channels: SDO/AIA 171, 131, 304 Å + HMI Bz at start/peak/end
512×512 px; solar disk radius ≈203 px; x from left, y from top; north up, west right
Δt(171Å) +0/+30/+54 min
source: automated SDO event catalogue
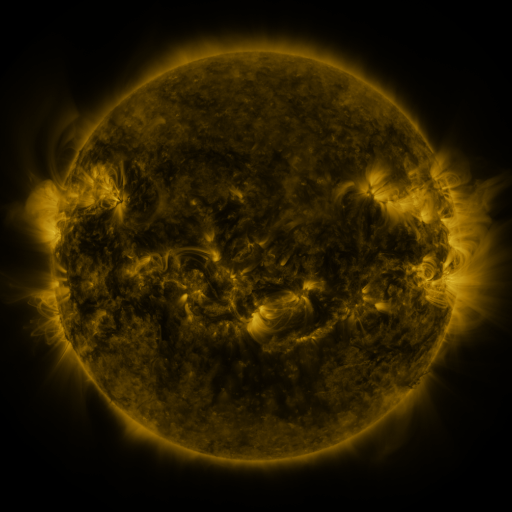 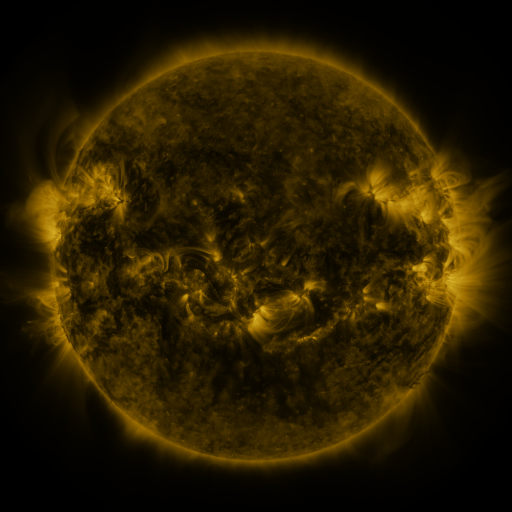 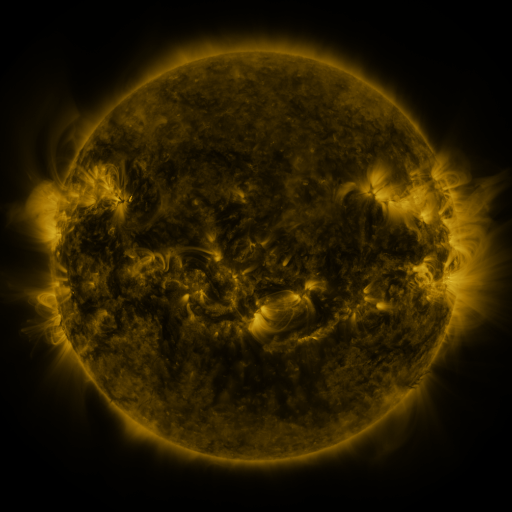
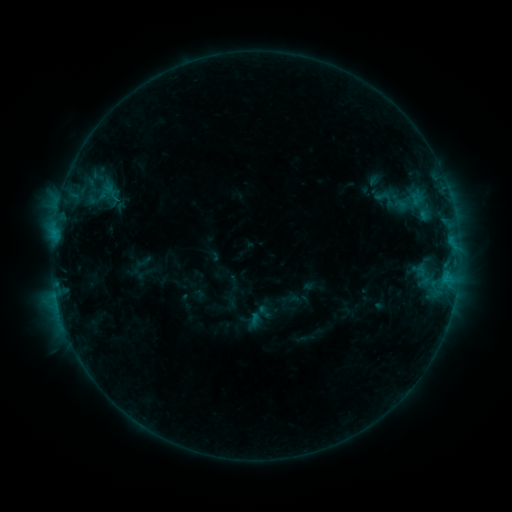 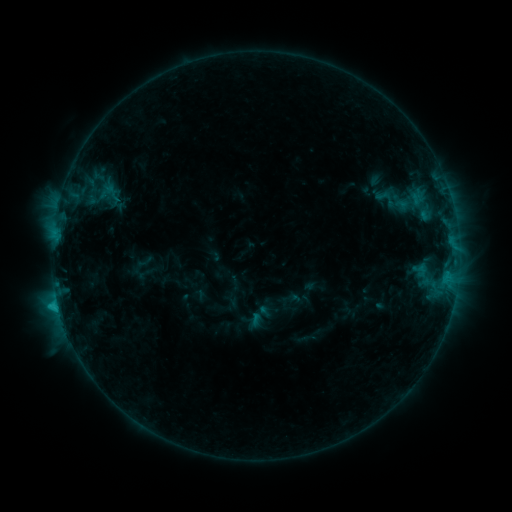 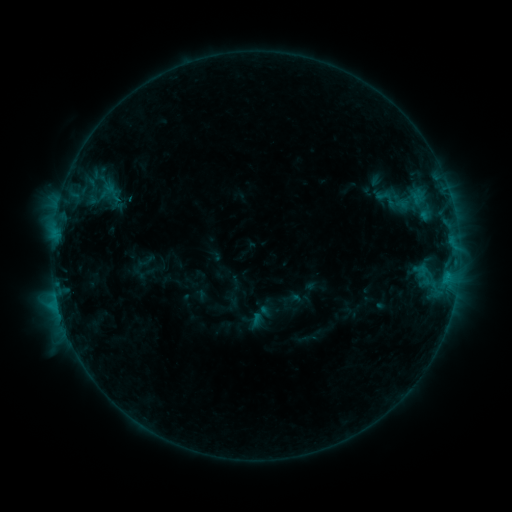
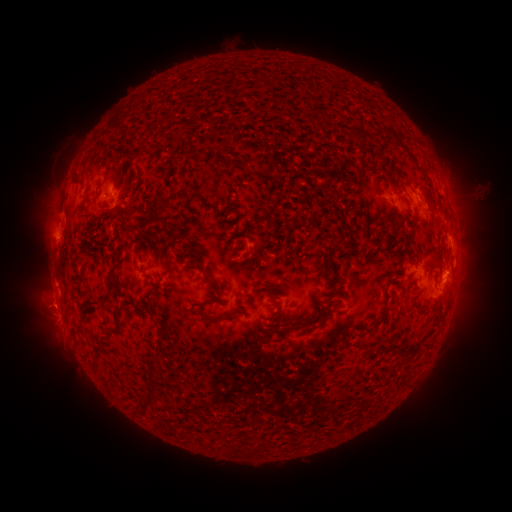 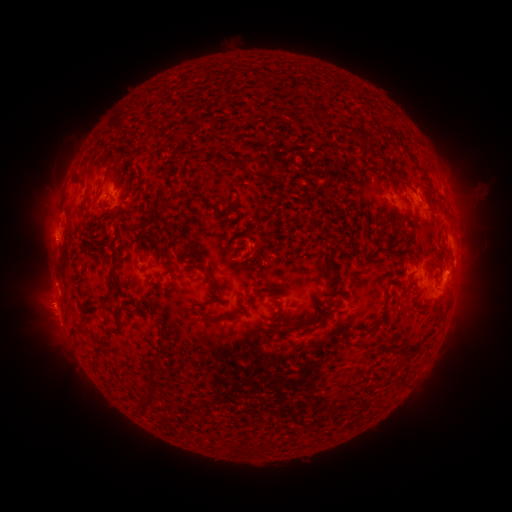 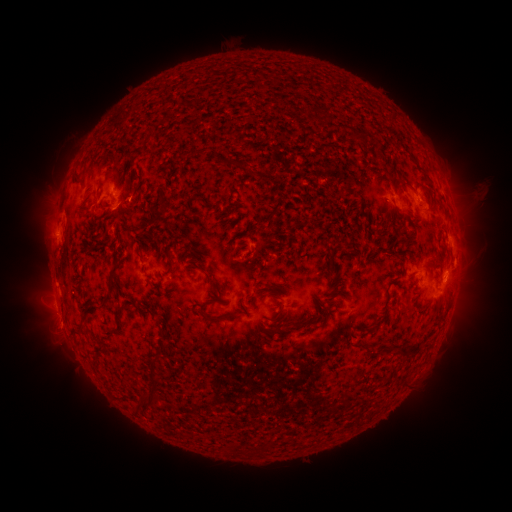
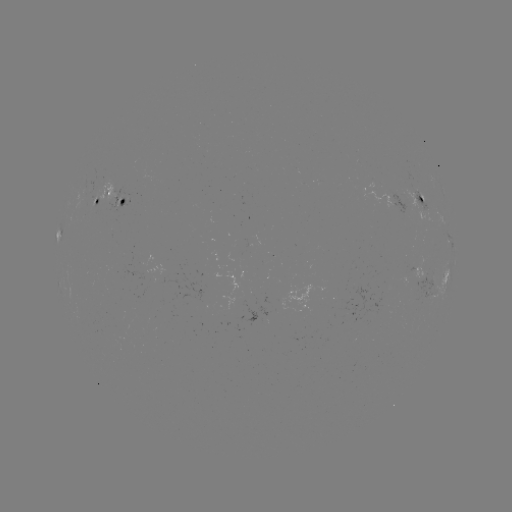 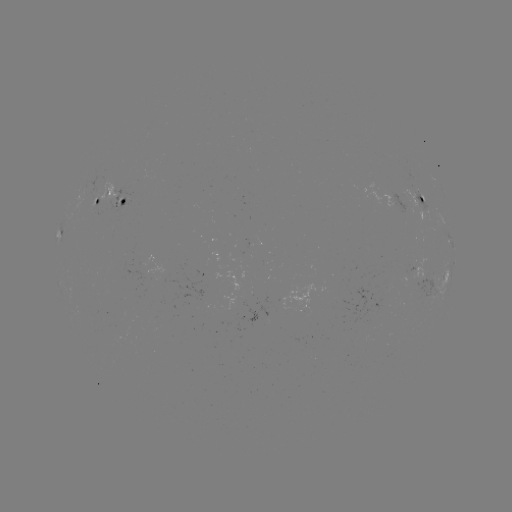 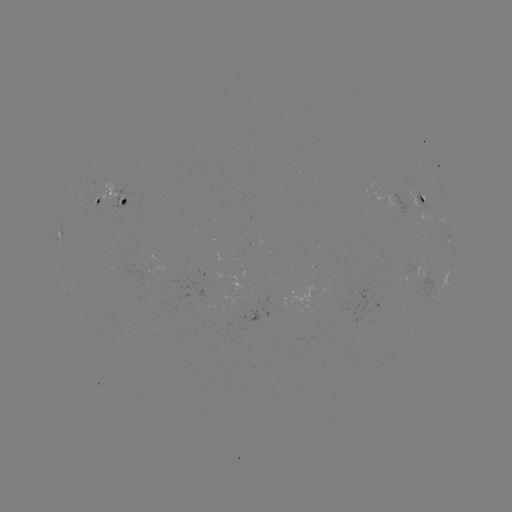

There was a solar flare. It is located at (58, 304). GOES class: C1.4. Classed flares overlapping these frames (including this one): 1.